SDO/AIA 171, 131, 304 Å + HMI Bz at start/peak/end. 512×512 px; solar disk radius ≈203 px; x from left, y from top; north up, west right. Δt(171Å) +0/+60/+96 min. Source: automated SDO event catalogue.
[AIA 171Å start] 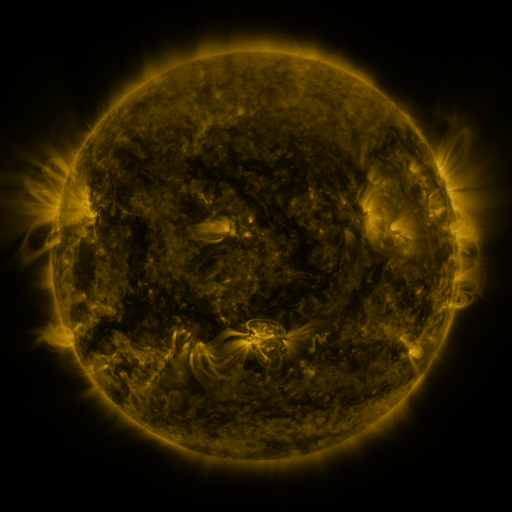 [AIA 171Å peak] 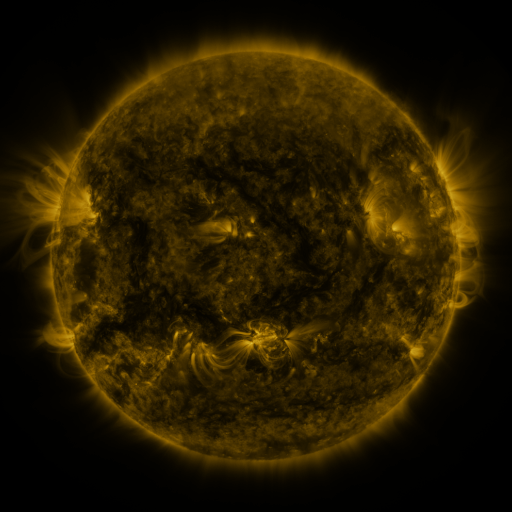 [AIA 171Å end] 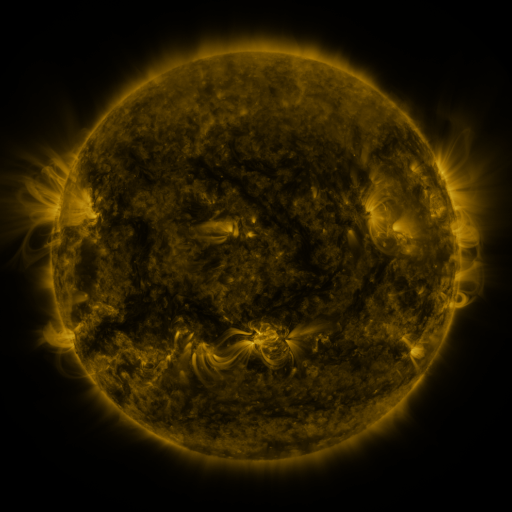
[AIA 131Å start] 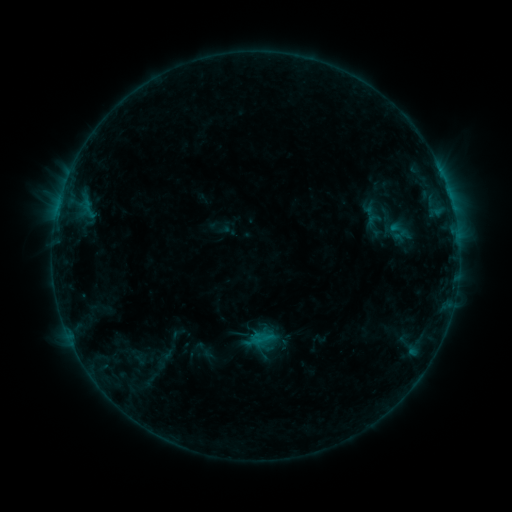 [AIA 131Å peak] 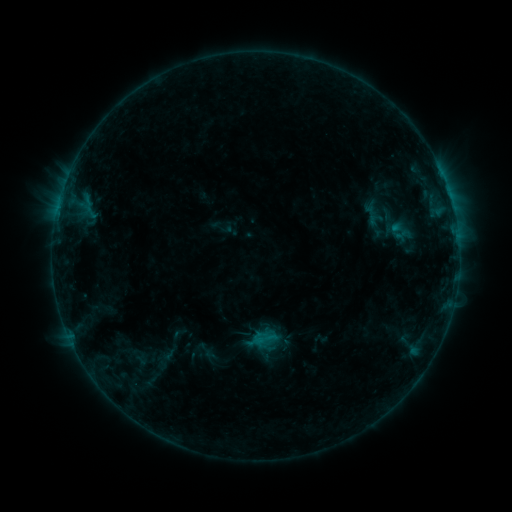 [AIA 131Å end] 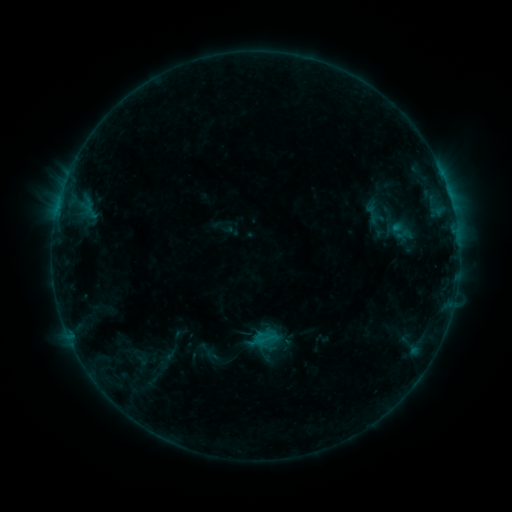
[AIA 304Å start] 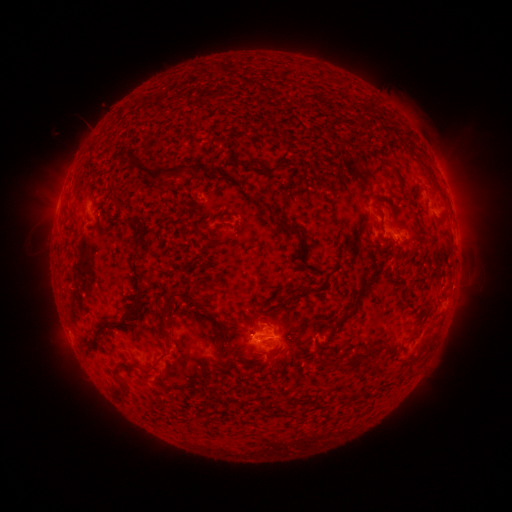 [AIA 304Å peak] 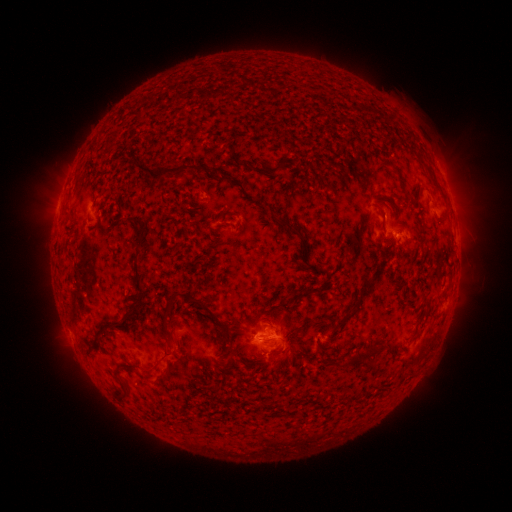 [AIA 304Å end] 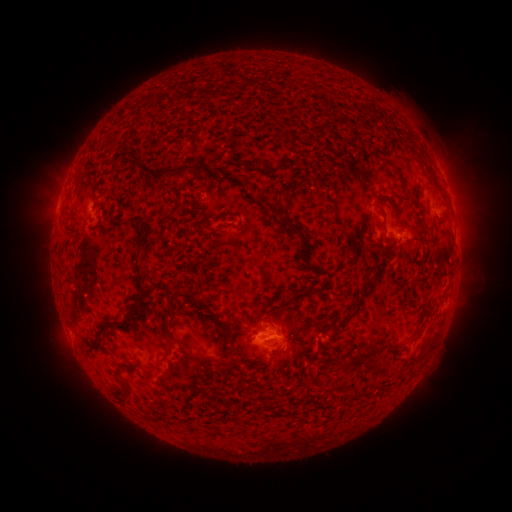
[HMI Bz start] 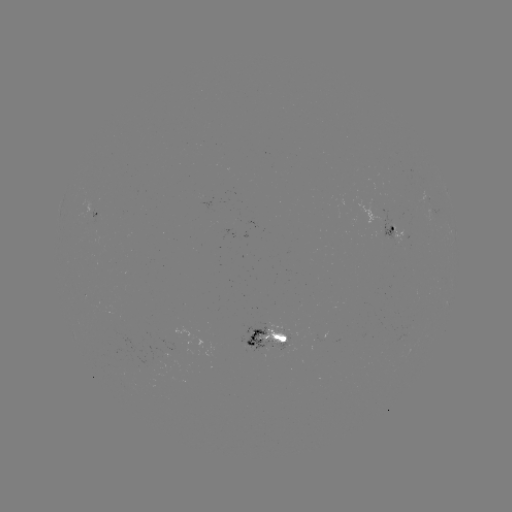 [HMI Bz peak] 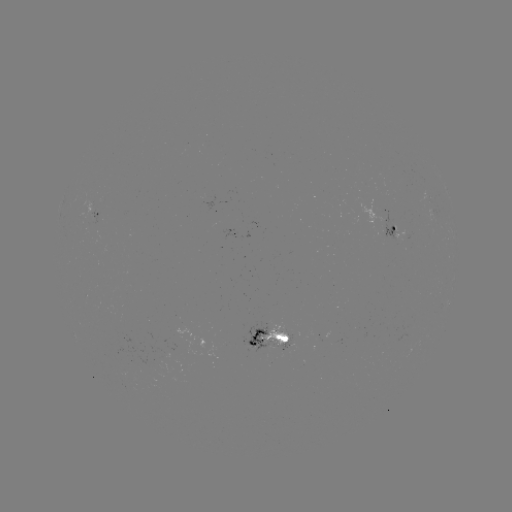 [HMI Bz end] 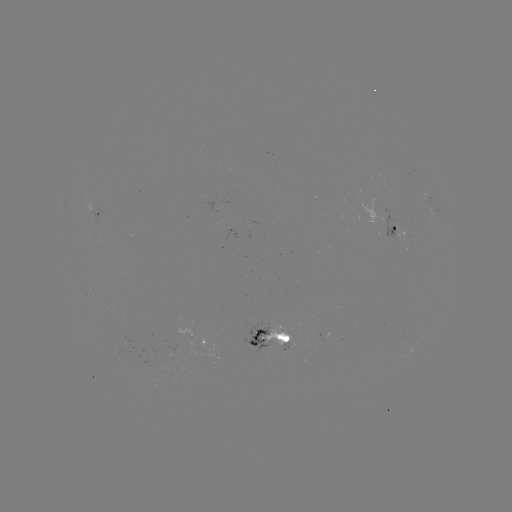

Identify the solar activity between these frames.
emerging-flux region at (161, 372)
